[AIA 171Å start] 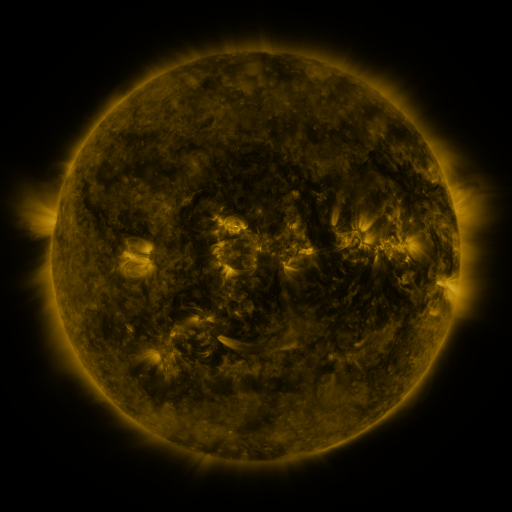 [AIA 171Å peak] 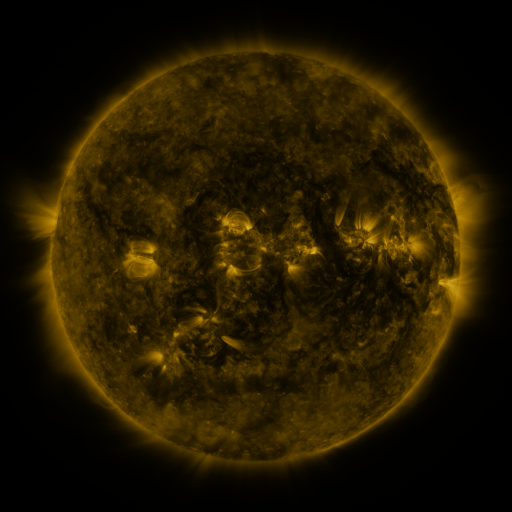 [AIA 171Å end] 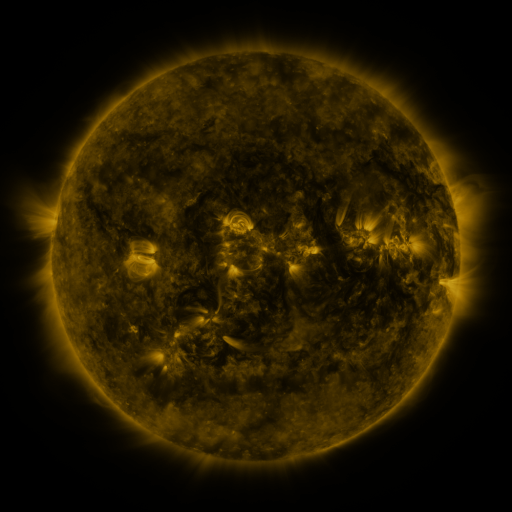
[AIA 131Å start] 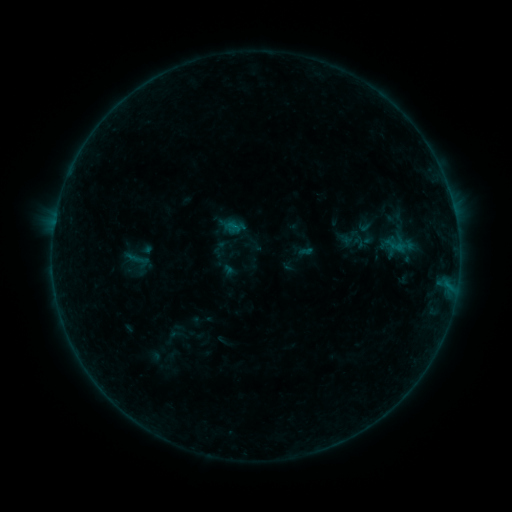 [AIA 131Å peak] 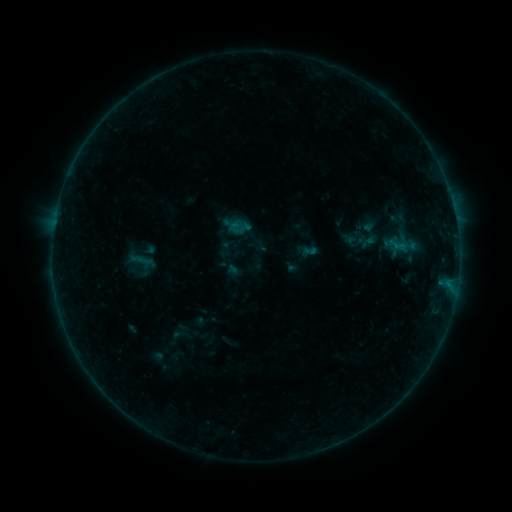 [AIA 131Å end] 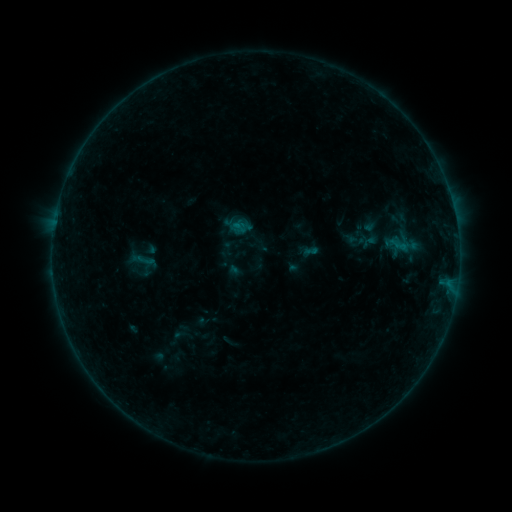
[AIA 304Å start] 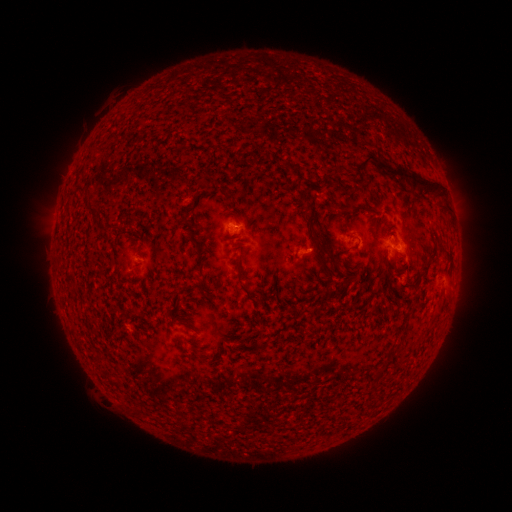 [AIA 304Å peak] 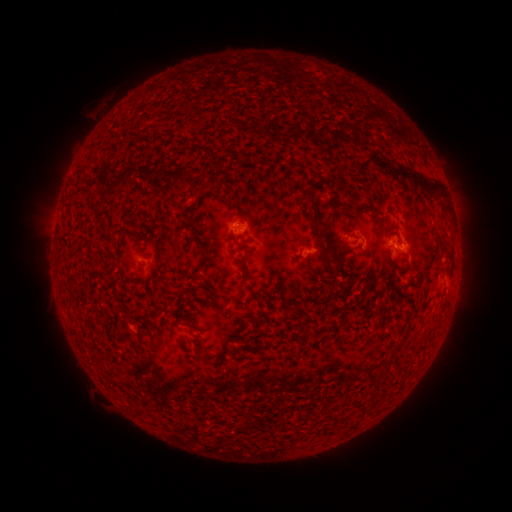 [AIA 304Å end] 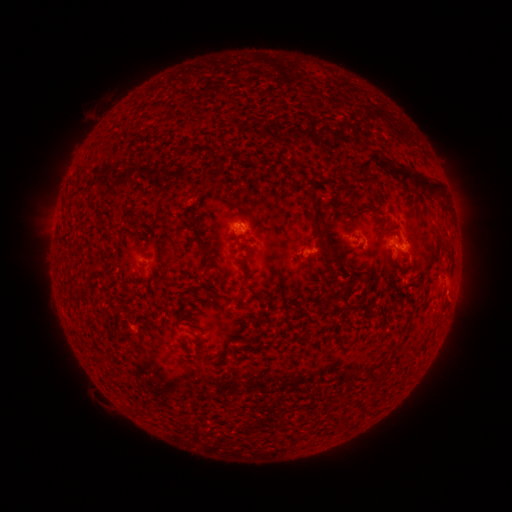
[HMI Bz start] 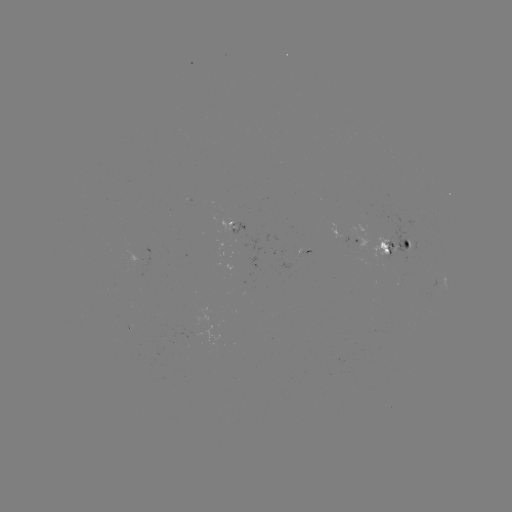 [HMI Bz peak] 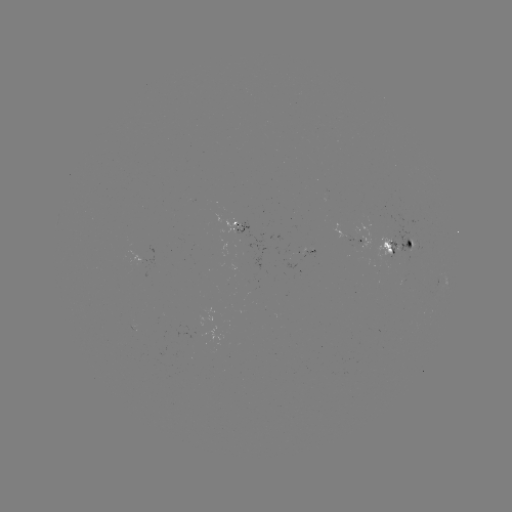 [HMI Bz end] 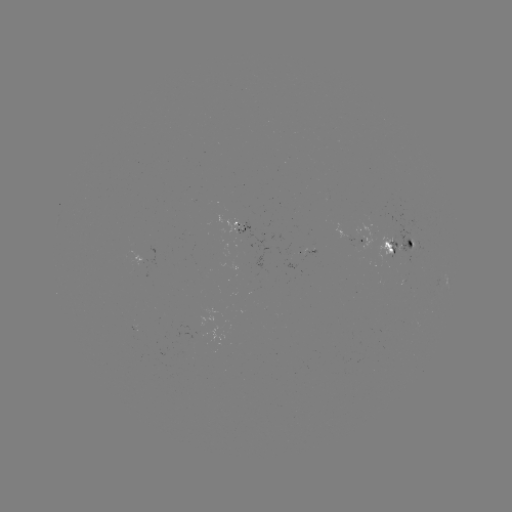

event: emerging-flux region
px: (342, 116)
